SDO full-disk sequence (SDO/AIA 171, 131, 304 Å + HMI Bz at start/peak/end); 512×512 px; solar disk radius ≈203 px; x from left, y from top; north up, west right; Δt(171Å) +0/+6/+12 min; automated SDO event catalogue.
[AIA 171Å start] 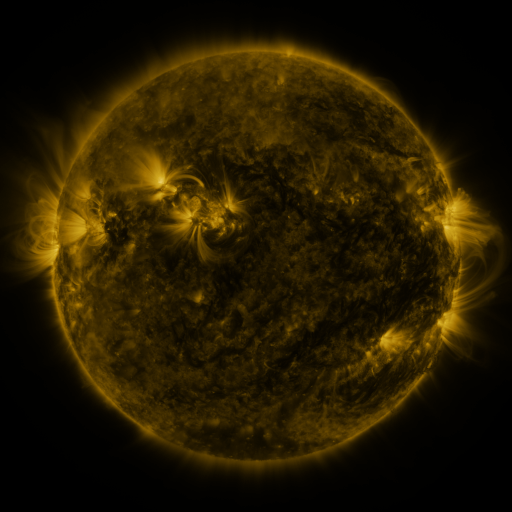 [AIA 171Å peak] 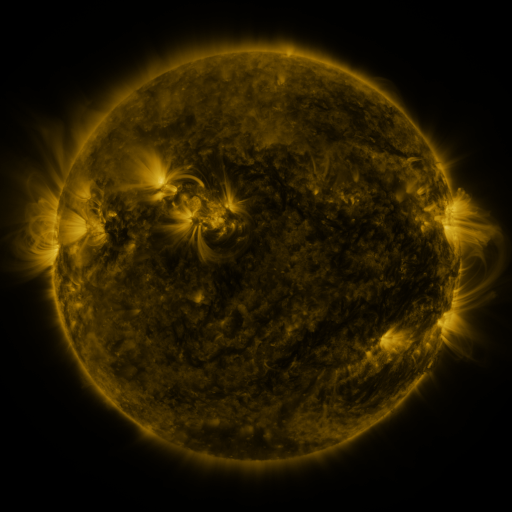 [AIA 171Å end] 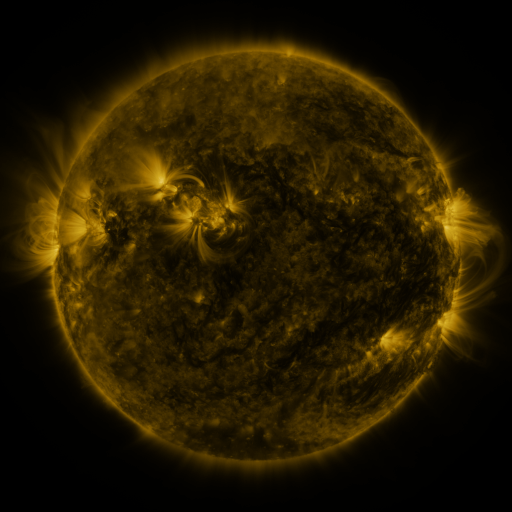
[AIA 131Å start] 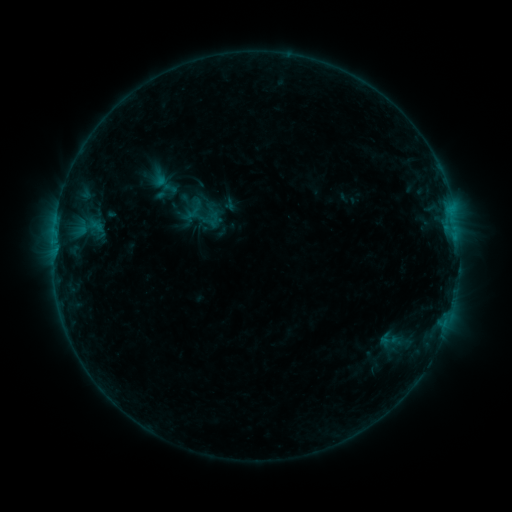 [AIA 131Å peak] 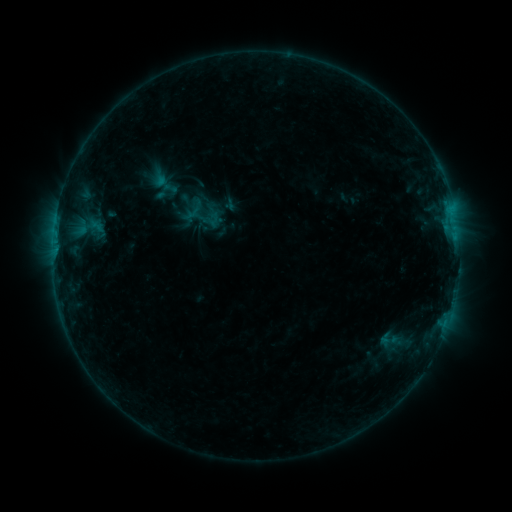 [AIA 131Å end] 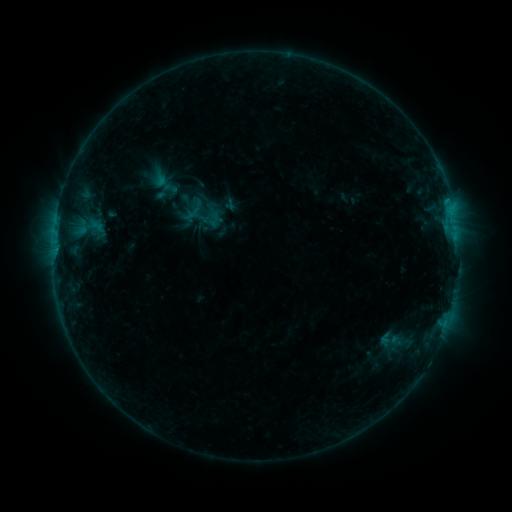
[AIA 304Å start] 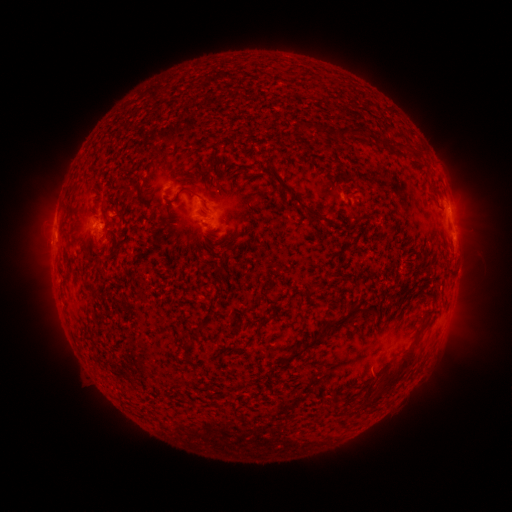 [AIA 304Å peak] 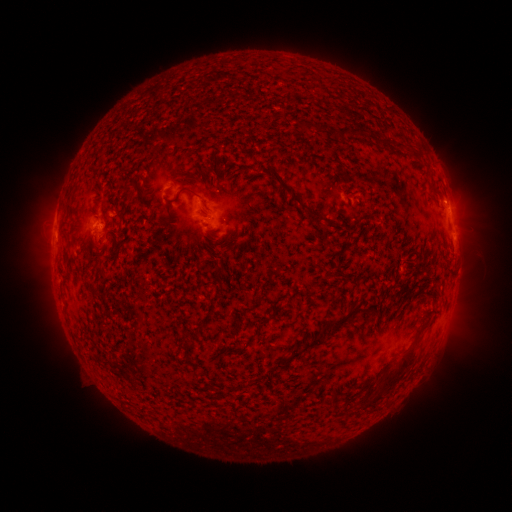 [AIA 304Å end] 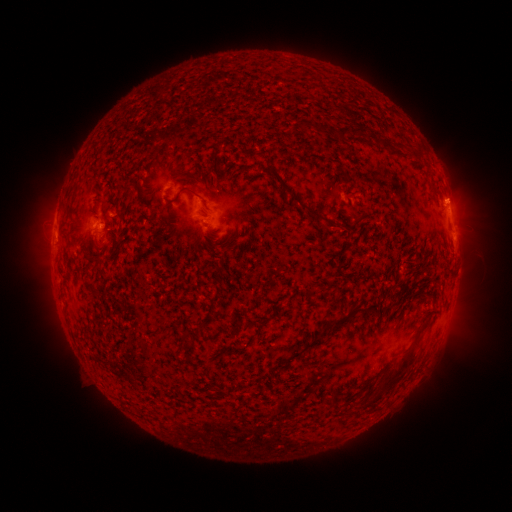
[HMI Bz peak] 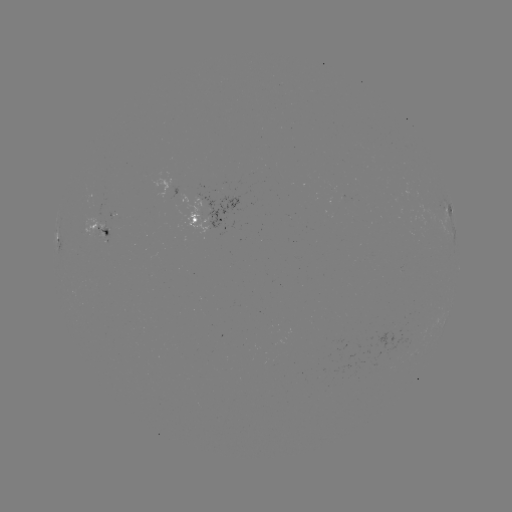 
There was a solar eruption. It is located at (454, 195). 